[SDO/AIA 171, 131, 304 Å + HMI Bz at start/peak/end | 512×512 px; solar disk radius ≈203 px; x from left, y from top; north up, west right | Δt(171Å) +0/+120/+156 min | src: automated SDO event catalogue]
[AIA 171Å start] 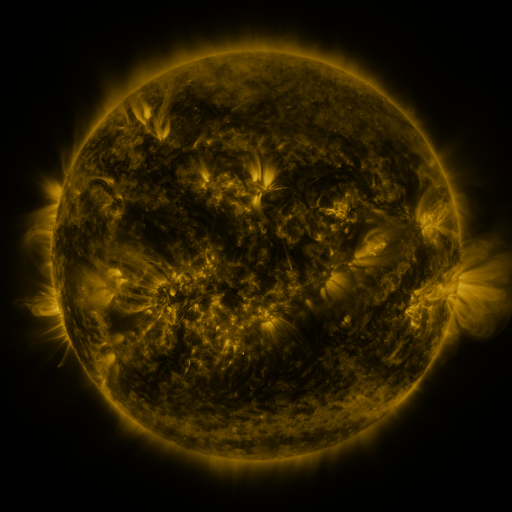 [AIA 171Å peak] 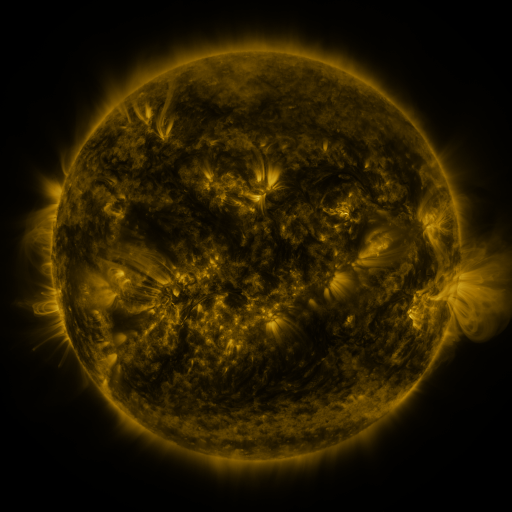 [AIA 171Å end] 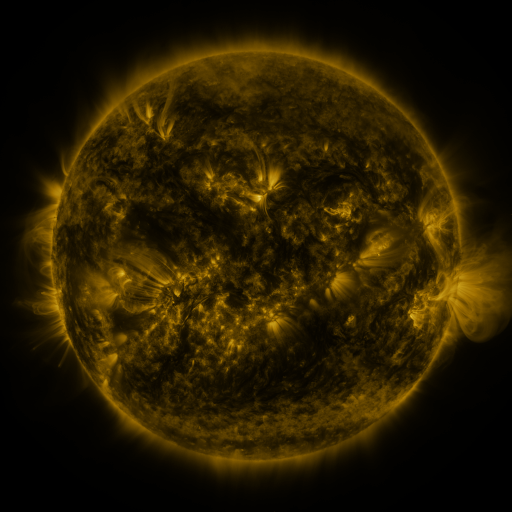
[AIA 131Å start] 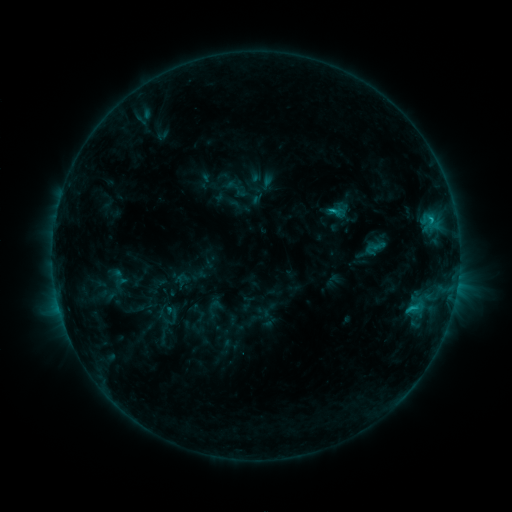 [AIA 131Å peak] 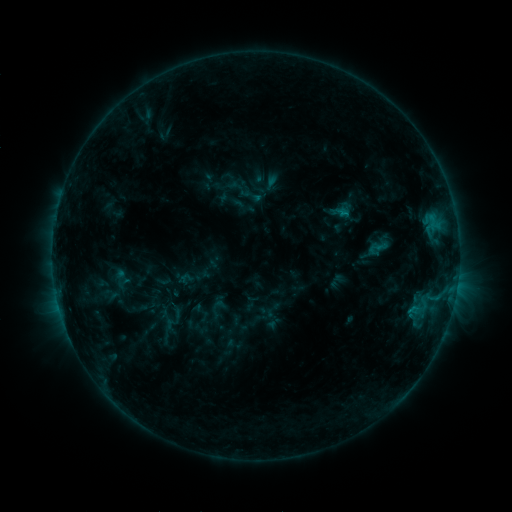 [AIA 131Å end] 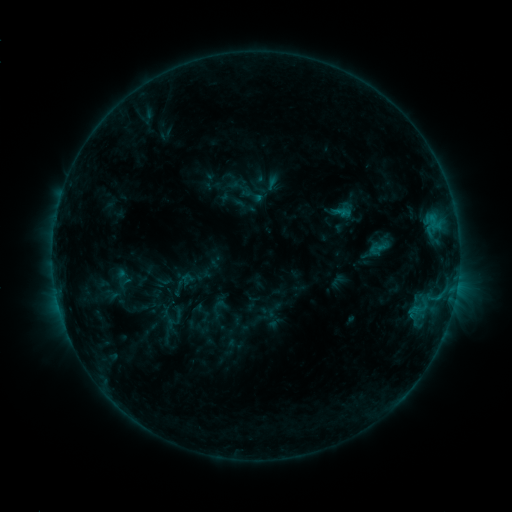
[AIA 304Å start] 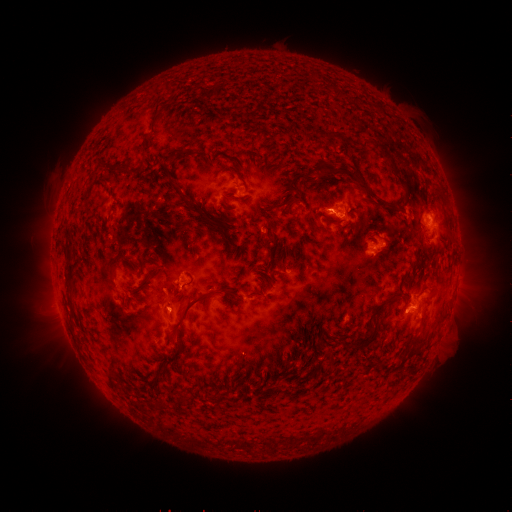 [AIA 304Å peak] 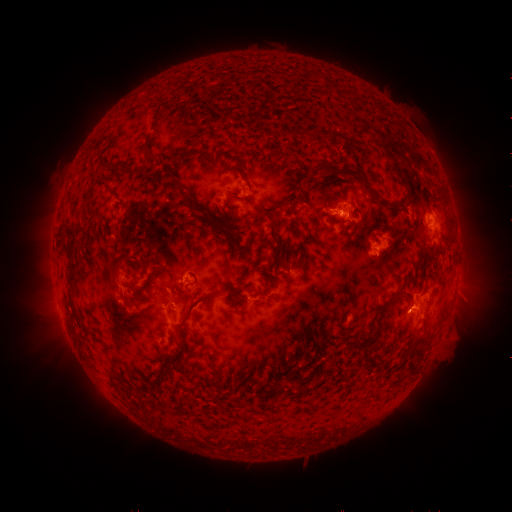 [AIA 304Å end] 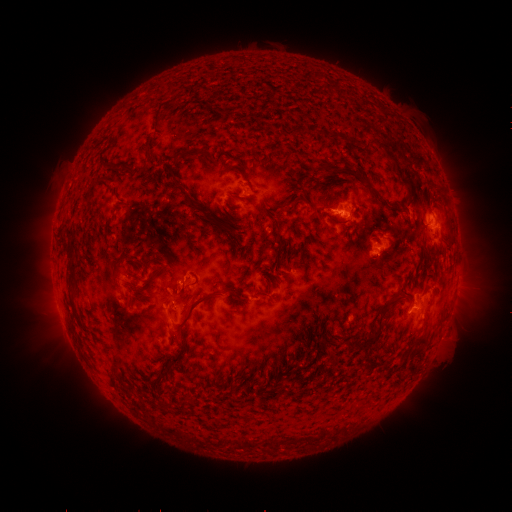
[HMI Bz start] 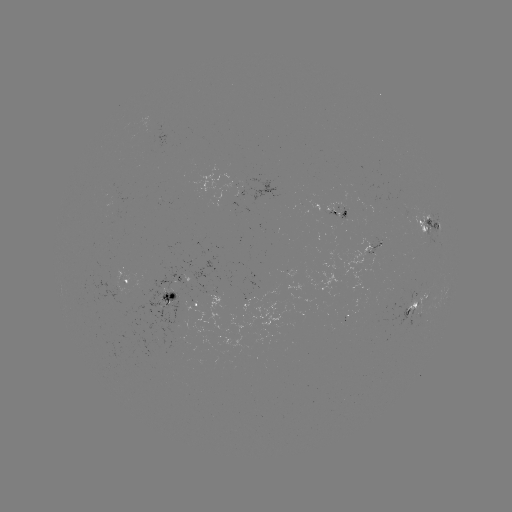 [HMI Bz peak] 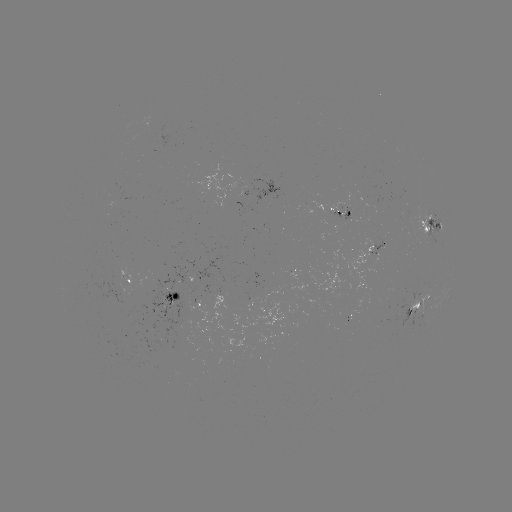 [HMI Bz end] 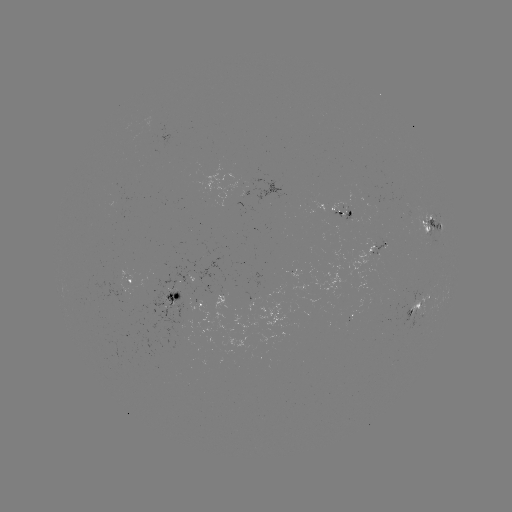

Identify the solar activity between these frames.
emerging-flux region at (126, 282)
